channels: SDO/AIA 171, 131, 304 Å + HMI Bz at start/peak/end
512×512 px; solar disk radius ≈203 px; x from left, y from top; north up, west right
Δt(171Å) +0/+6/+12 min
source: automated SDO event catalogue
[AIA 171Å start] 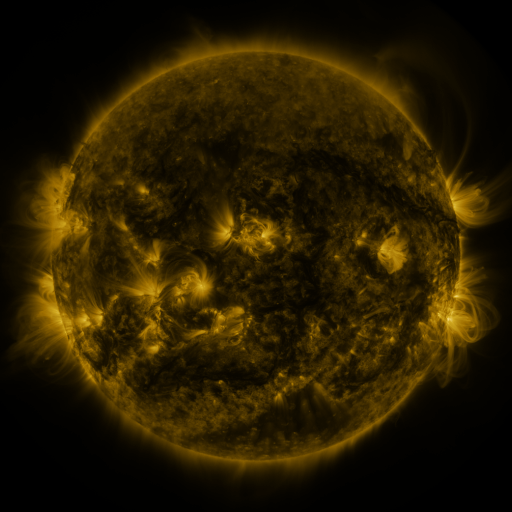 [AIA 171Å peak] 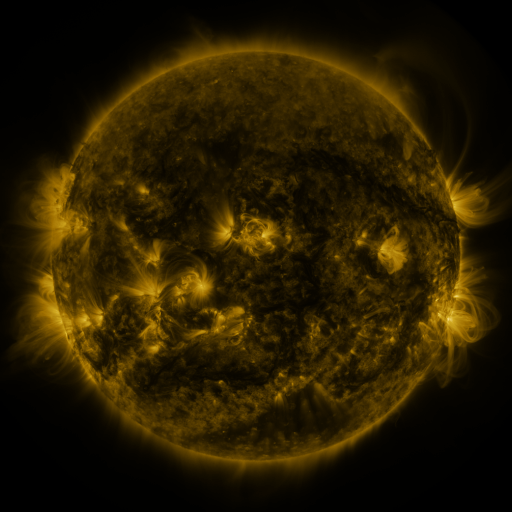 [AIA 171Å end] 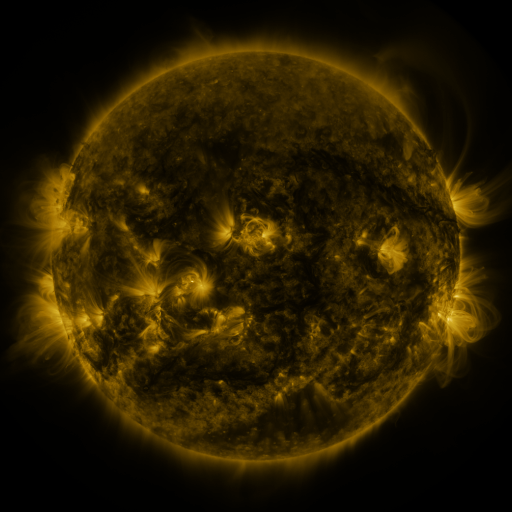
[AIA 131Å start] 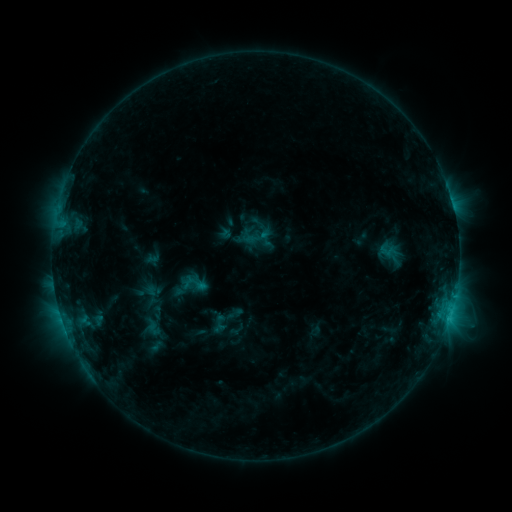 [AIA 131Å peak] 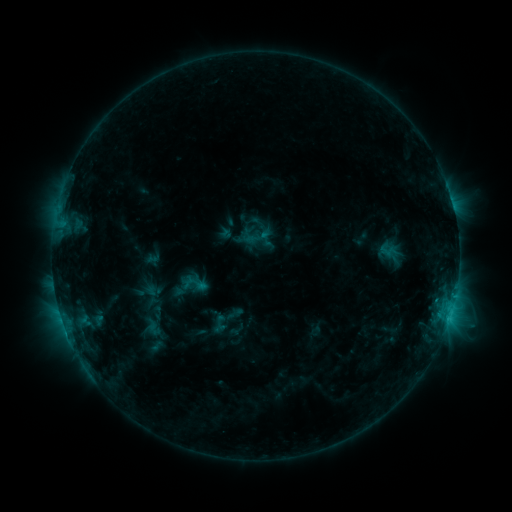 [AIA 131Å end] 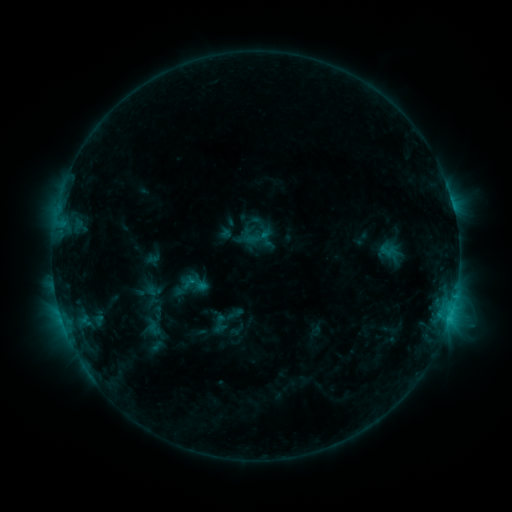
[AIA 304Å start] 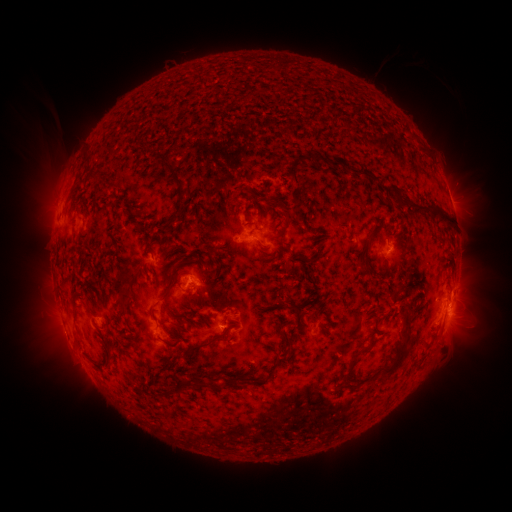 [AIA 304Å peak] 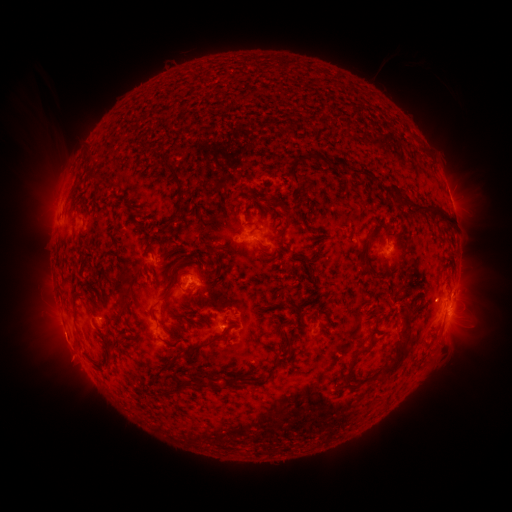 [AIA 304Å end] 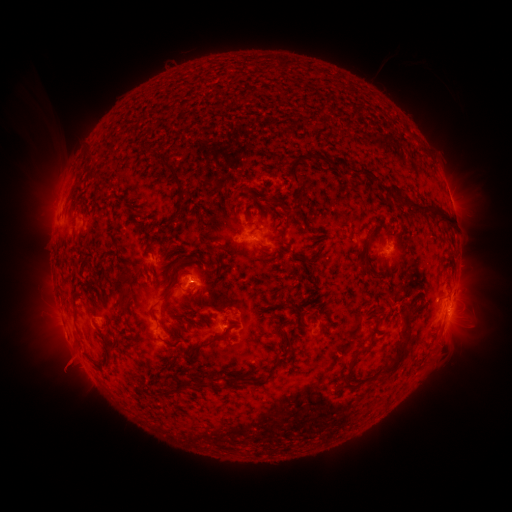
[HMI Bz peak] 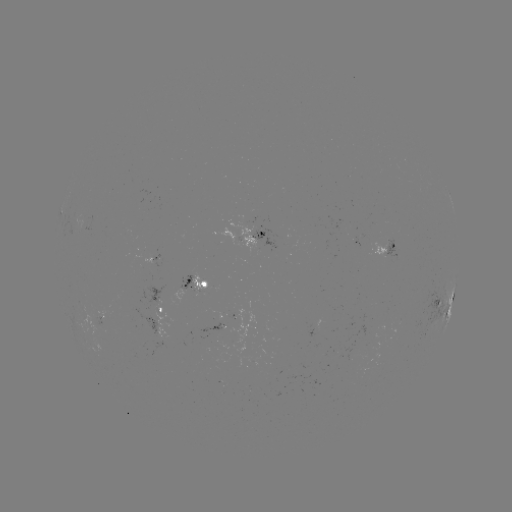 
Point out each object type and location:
eruption: (65, 345)
